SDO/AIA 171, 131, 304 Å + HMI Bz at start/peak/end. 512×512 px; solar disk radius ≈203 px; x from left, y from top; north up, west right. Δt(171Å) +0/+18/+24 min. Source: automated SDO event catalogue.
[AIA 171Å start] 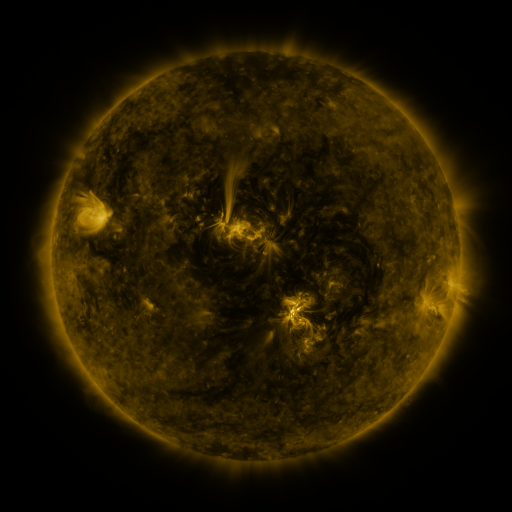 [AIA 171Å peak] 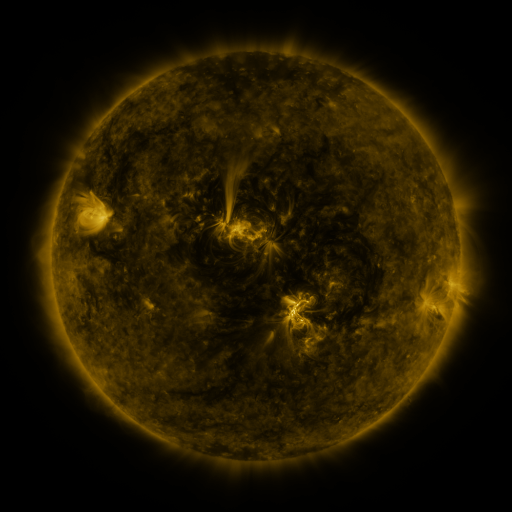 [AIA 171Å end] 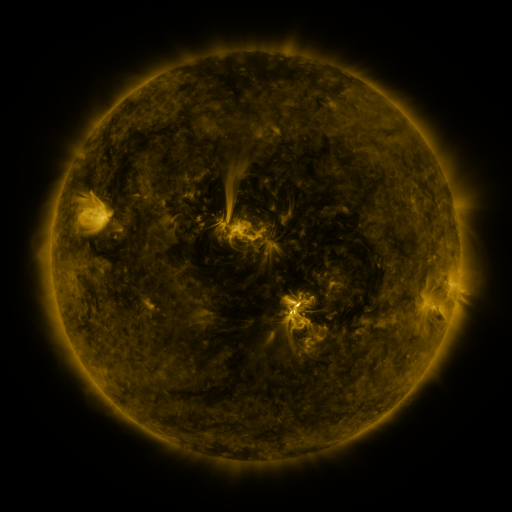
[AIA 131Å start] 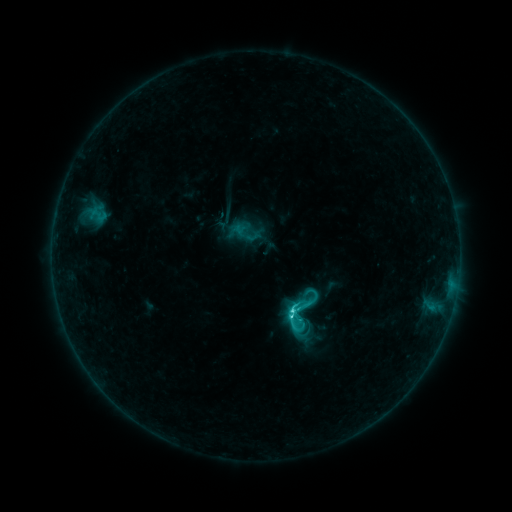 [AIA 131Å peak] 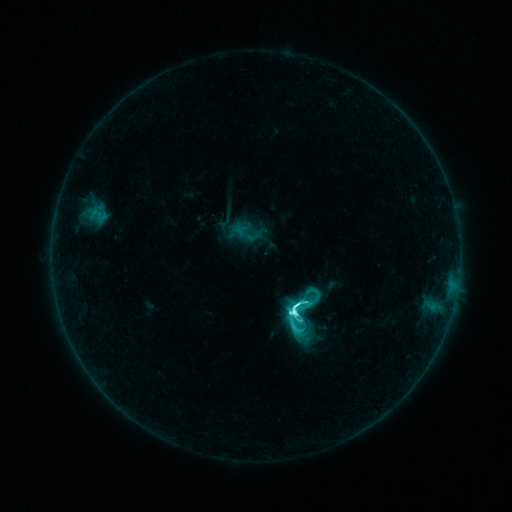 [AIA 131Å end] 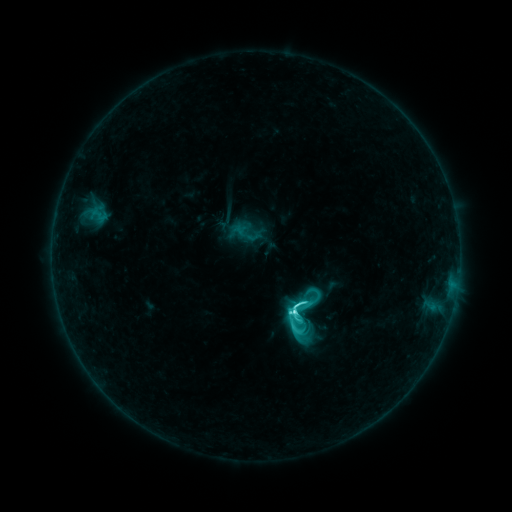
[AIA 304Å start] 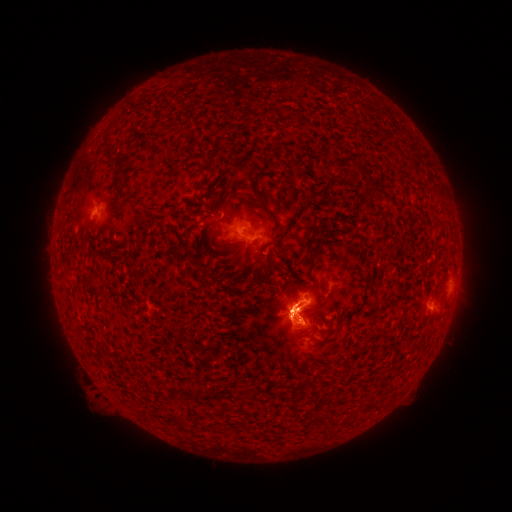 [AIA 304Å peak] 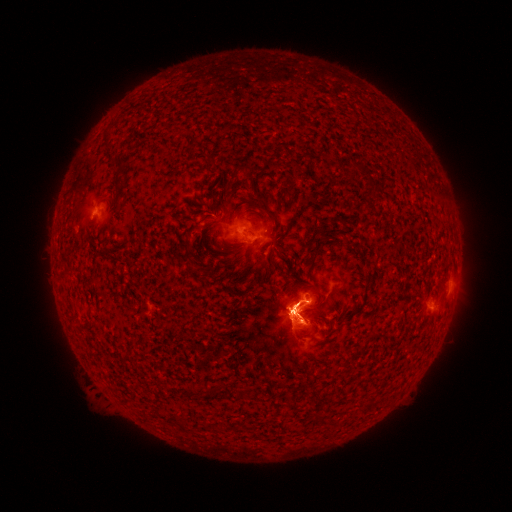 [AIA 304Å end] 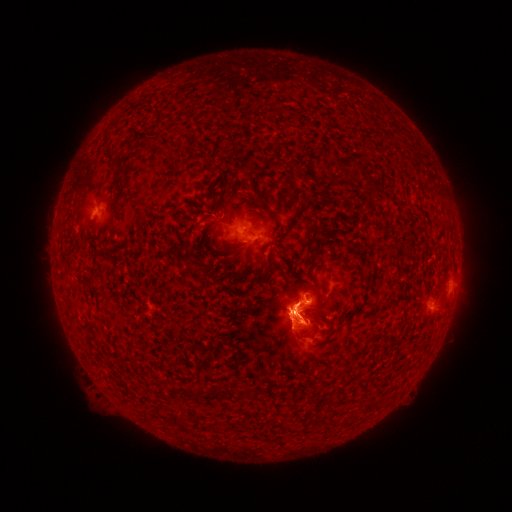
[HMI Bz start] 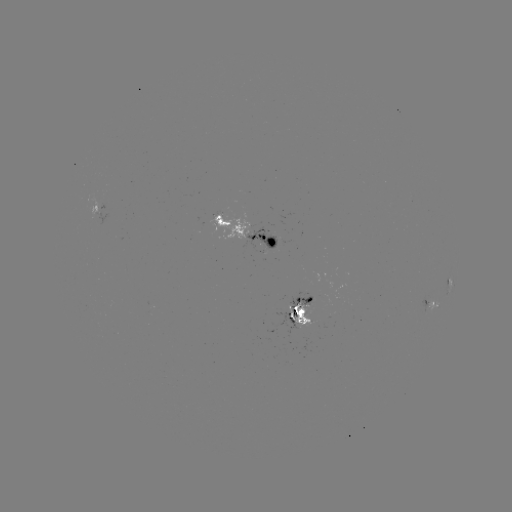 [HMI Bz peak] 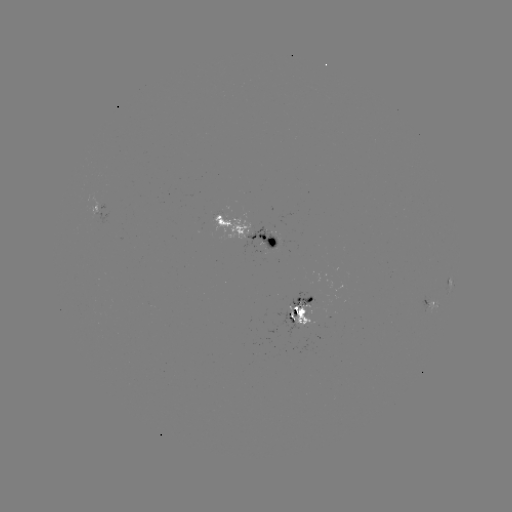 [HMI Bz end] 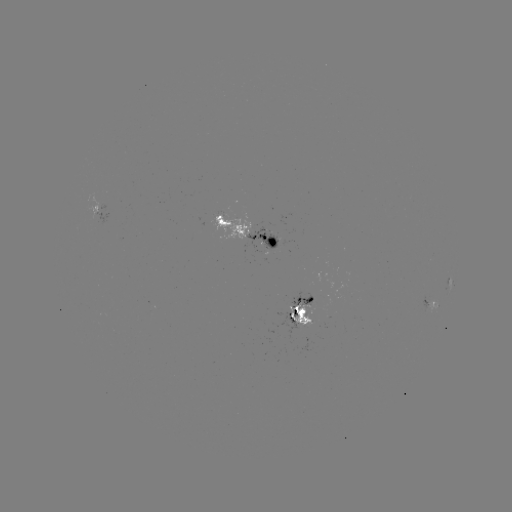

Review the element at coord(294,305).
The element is M1.0 flare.